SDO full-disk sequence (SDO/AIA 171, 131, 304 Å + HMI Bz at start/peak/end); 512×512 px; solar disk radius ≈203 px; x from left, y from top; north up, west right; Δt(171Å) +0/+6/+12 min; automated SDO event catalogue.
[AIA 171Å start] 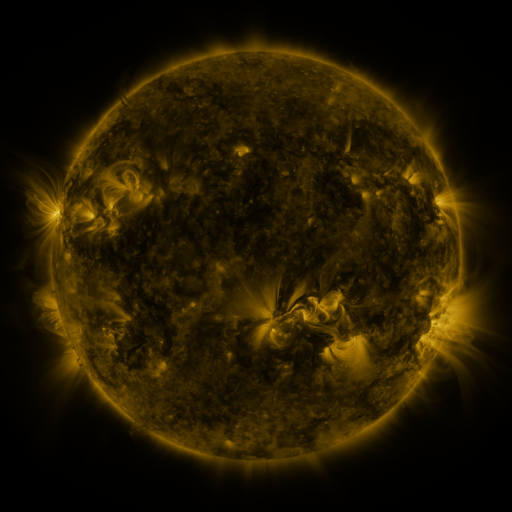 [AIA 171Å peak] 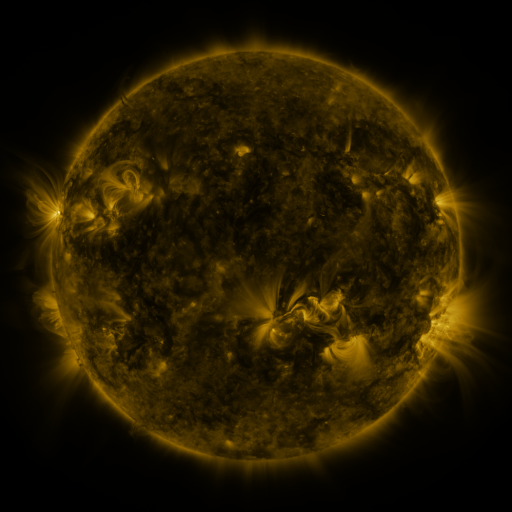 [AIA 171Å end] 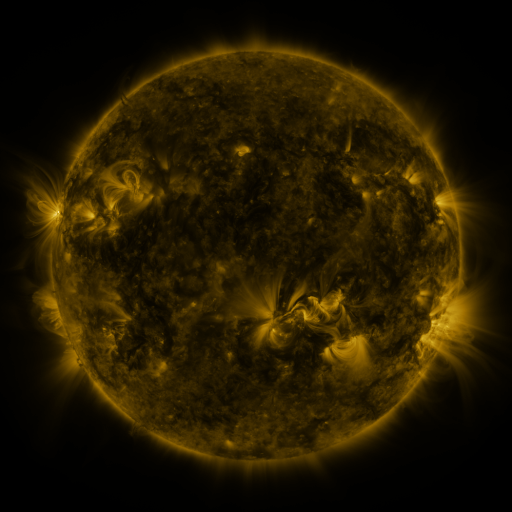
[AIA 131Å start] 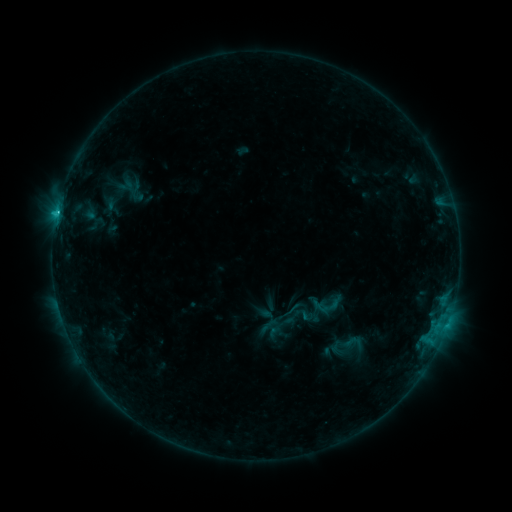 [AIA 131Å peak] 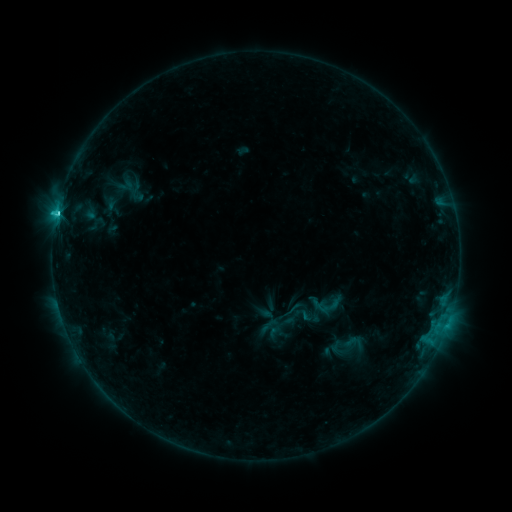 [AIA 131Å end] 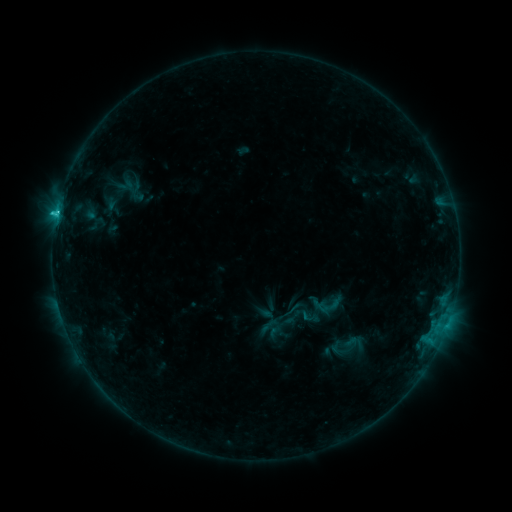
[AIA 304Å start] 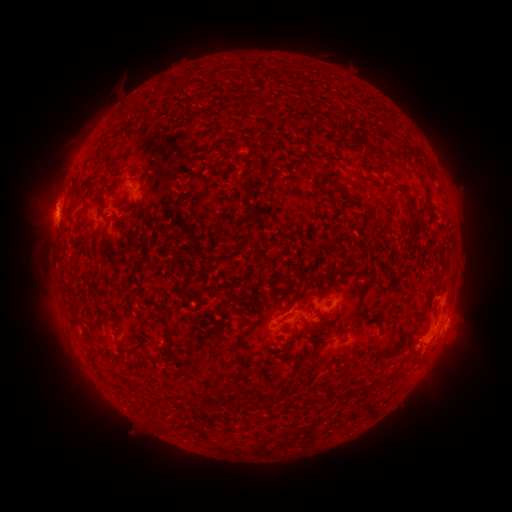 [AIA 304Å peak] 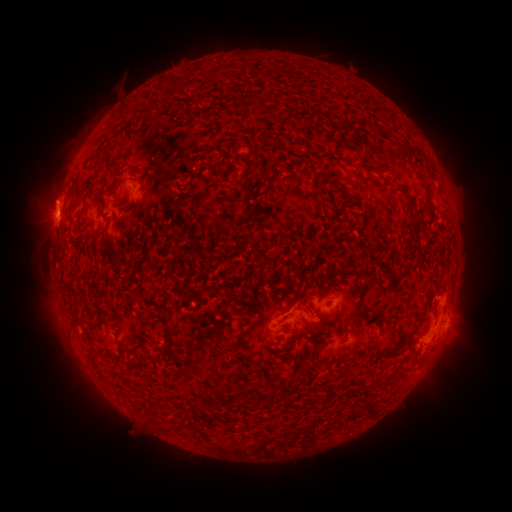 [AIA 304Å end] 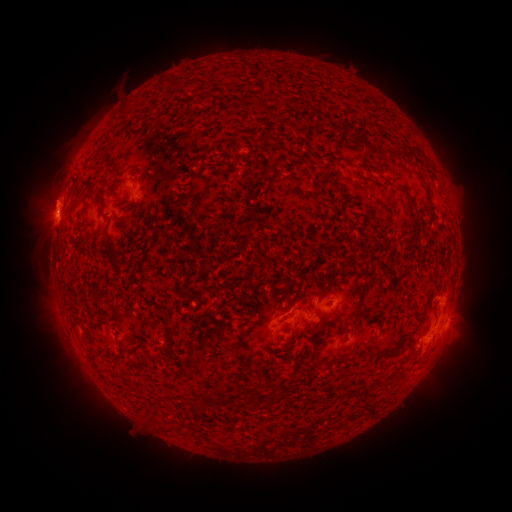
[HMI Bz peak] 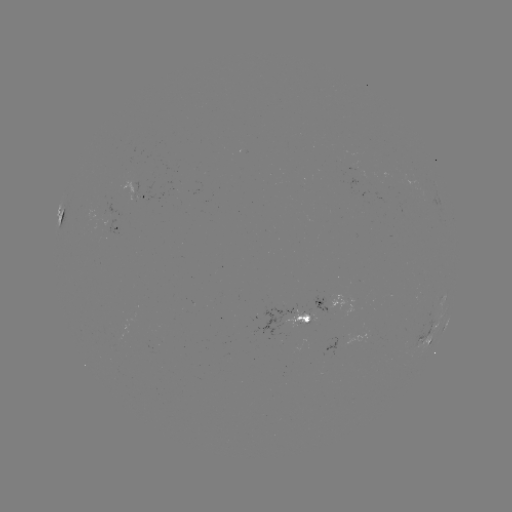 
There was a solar flare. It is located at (61, 214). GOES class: C2.3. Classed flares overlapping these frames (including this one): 1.